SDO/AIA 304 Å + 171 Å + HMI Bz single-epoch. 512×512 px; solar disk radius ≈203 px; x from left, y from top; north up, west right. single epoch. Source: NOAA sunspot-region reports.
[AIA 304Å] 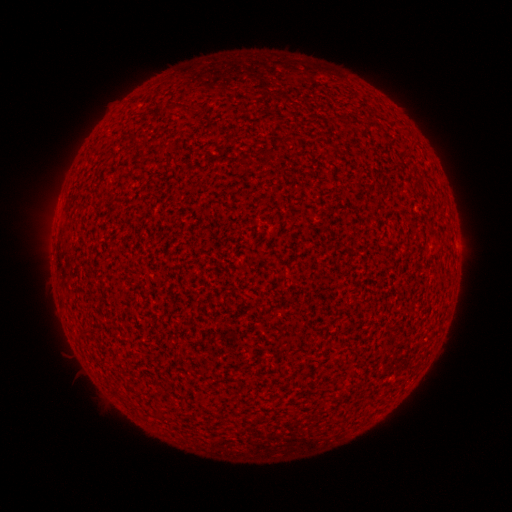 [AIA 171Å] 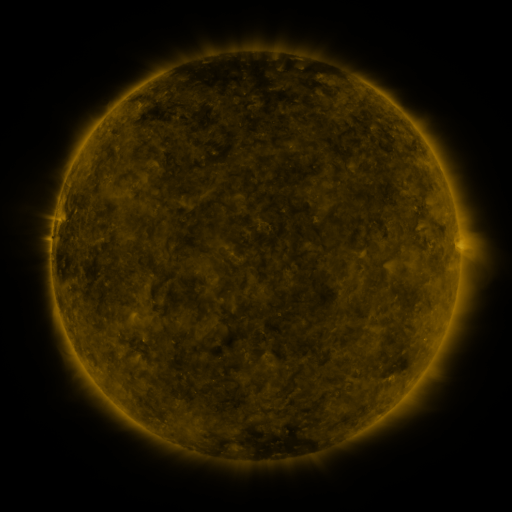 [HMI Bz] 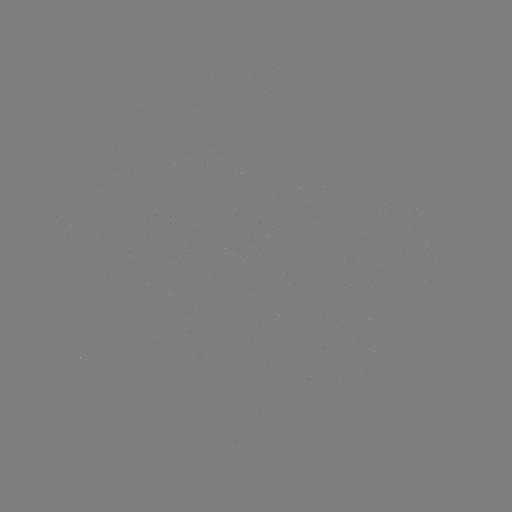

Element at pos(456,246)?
spotted active region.